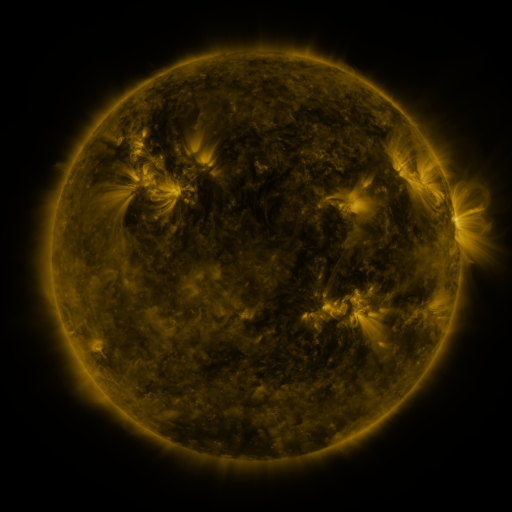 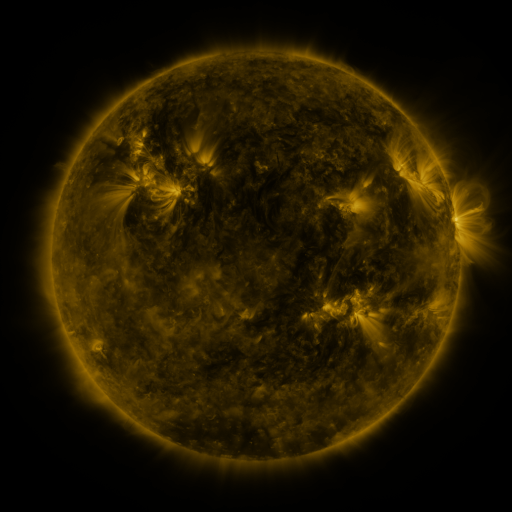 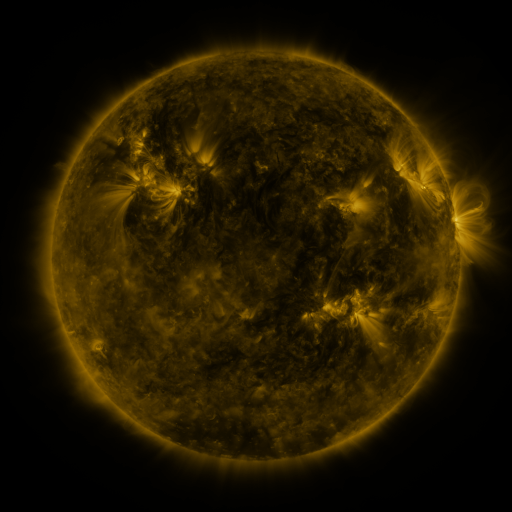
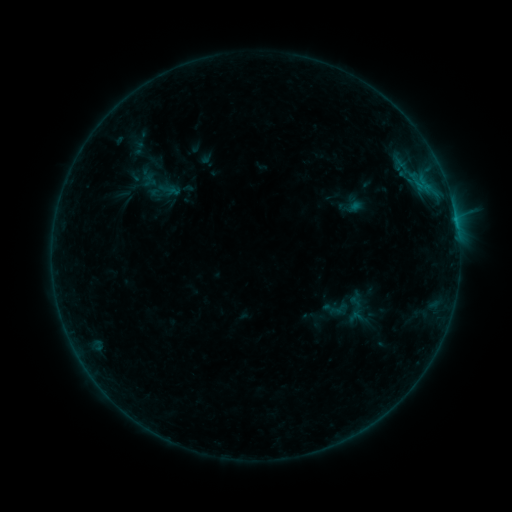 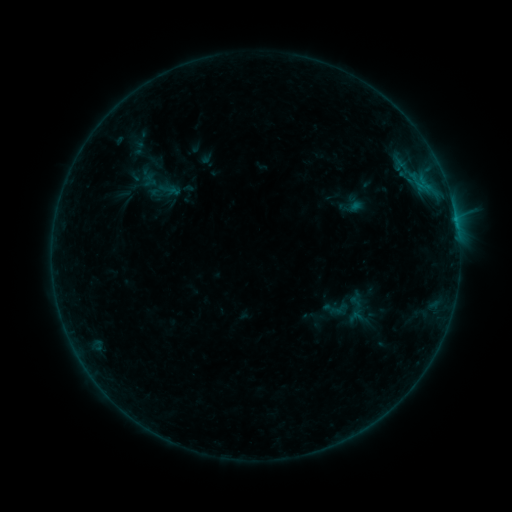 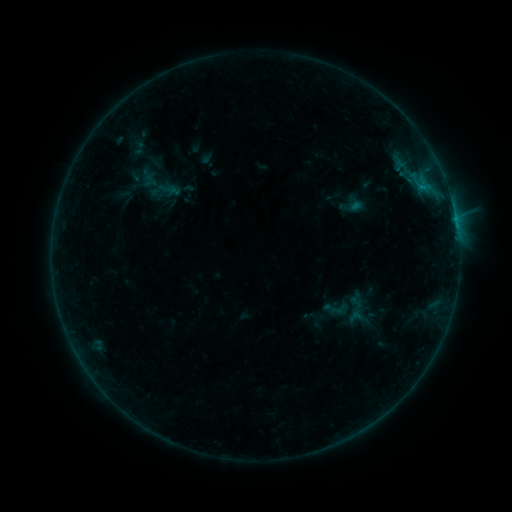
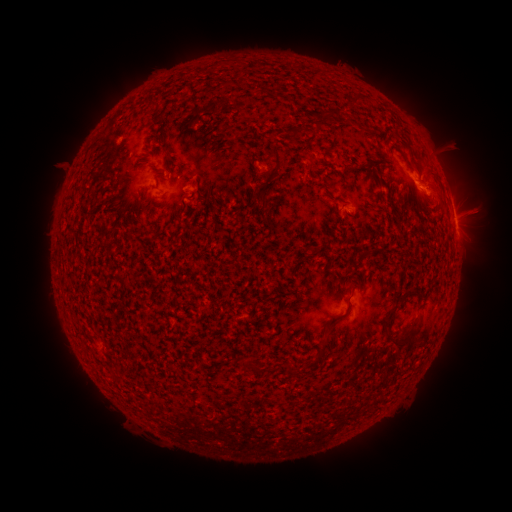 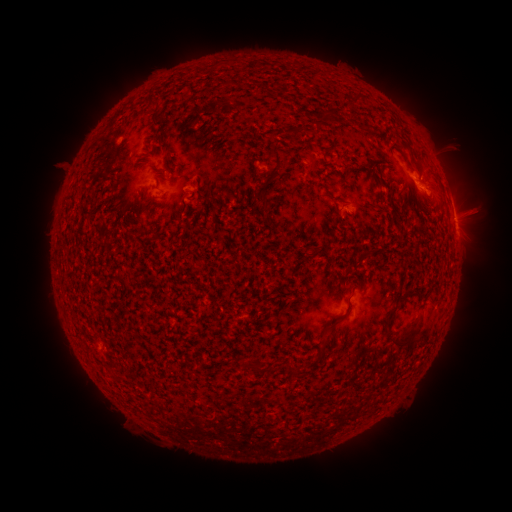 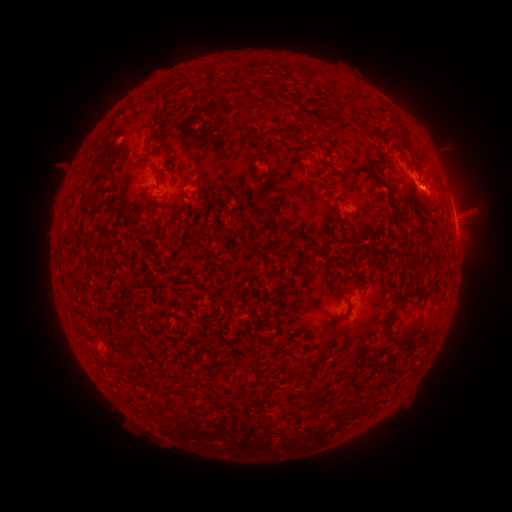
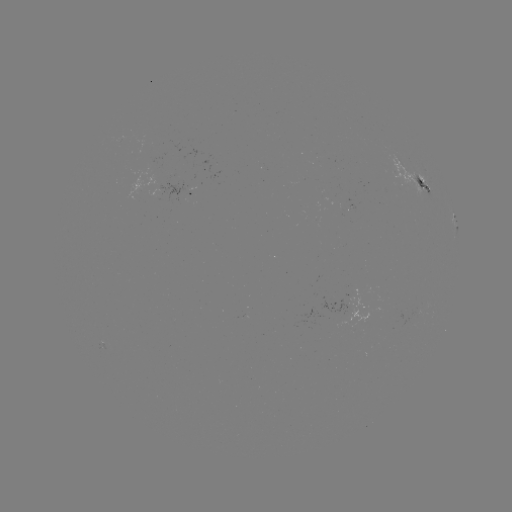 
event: flare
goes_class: B5.6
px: (417, 183)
